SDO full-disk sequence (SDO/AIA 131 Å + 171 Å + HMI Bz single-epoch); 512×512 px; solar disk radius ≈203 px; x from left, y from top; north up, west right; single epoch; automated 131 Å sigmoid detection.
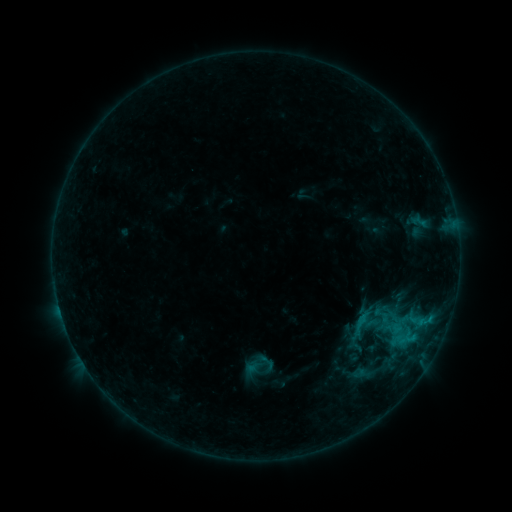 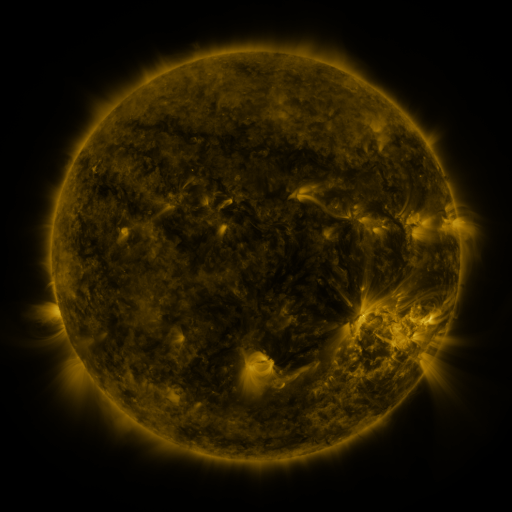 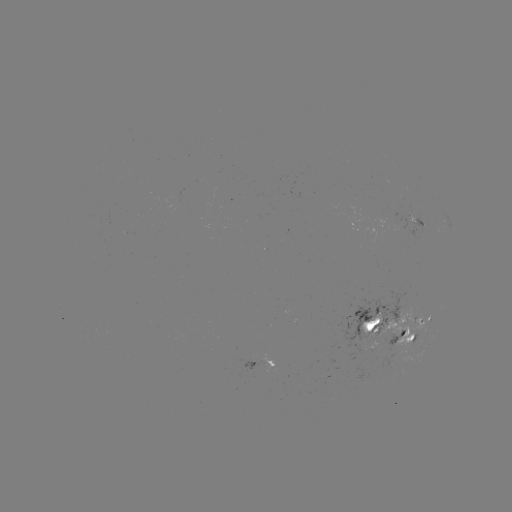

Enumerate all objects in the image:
sigmoid: (266, 362)
